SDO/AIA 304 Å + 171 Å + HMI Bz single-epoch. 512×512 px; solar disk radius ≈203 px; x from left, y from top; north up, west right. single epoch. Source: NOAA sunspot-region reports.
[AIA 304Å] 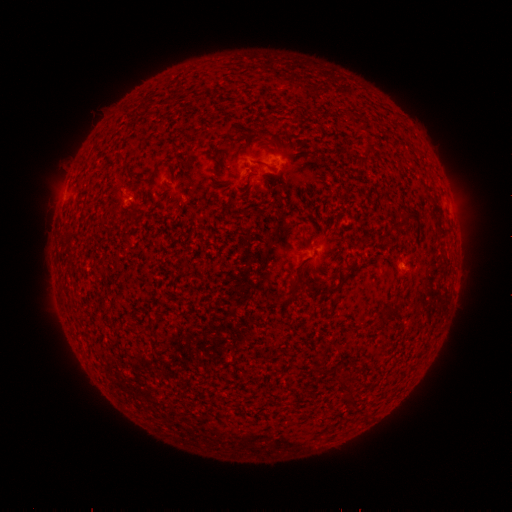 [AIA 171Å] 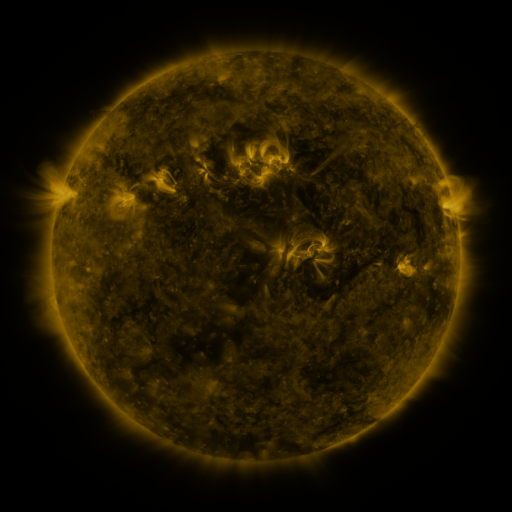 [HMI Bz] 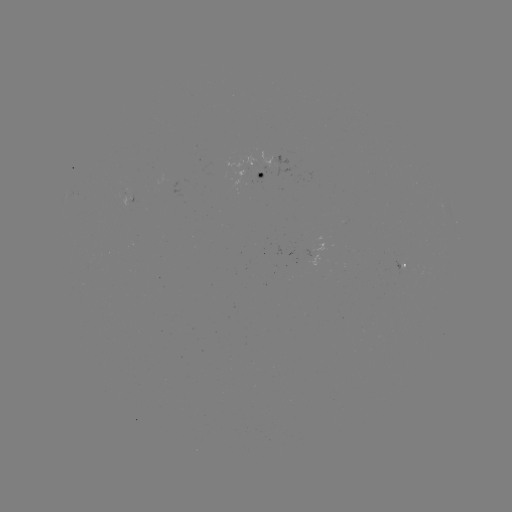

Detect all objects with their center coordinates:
spotted active region: (266, 169)
spotted active region: (405, 267)
